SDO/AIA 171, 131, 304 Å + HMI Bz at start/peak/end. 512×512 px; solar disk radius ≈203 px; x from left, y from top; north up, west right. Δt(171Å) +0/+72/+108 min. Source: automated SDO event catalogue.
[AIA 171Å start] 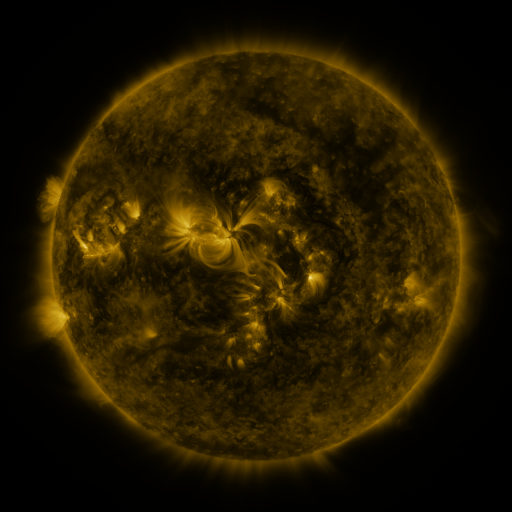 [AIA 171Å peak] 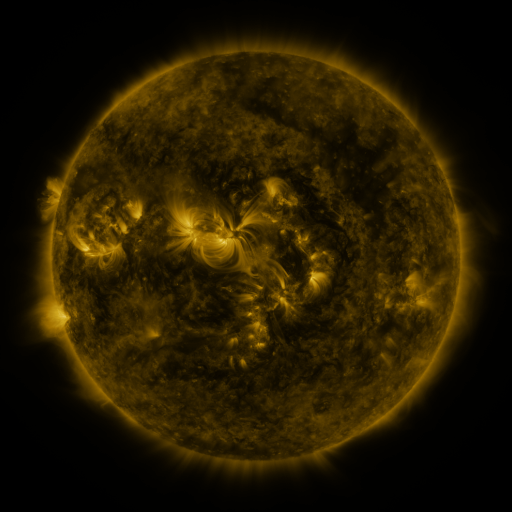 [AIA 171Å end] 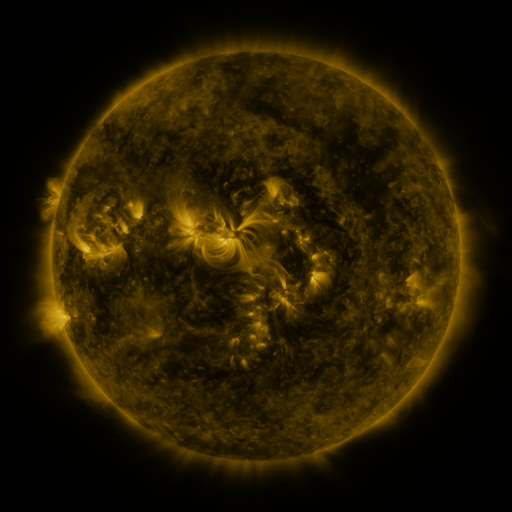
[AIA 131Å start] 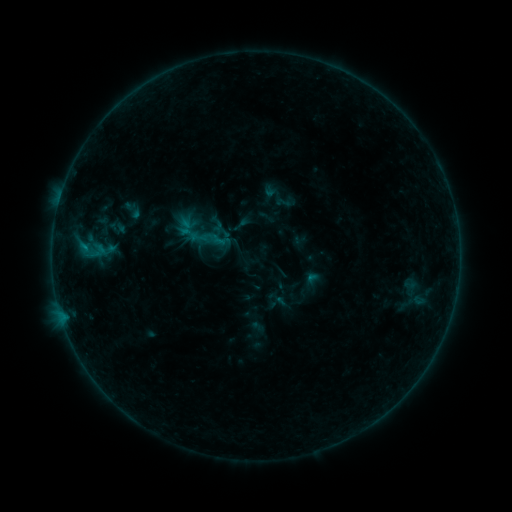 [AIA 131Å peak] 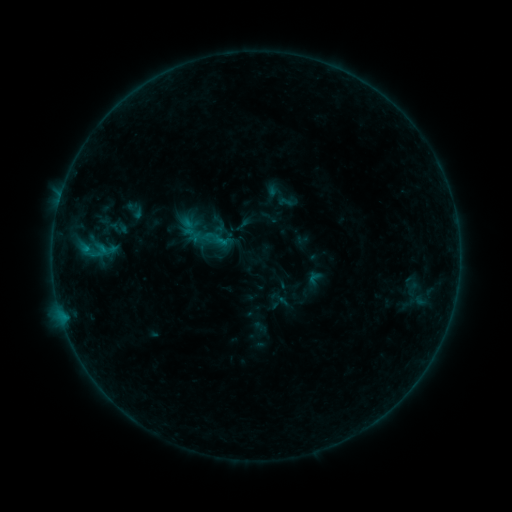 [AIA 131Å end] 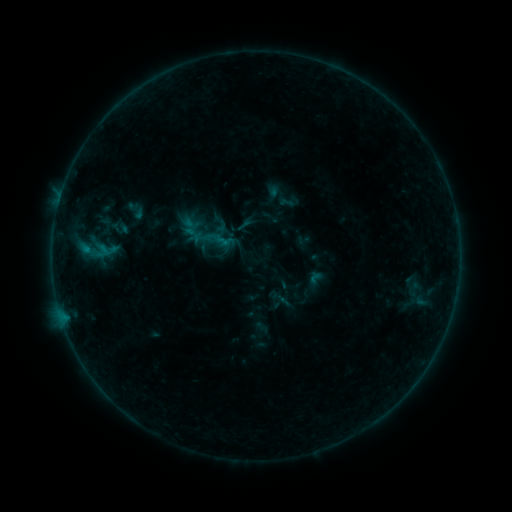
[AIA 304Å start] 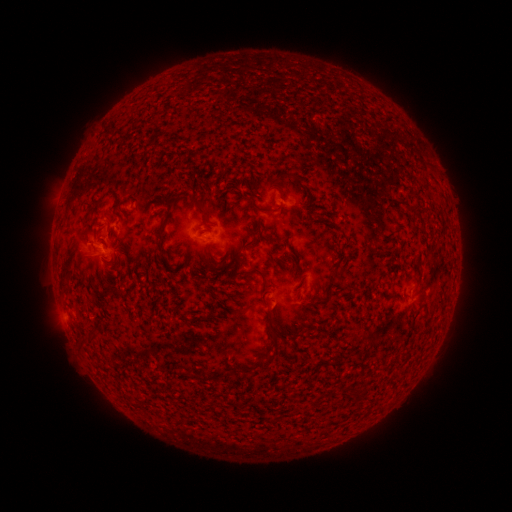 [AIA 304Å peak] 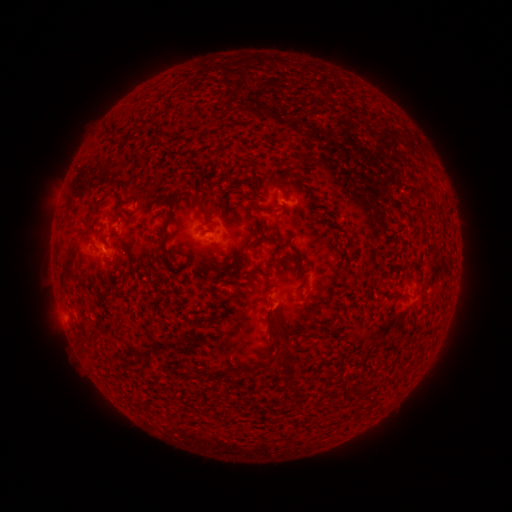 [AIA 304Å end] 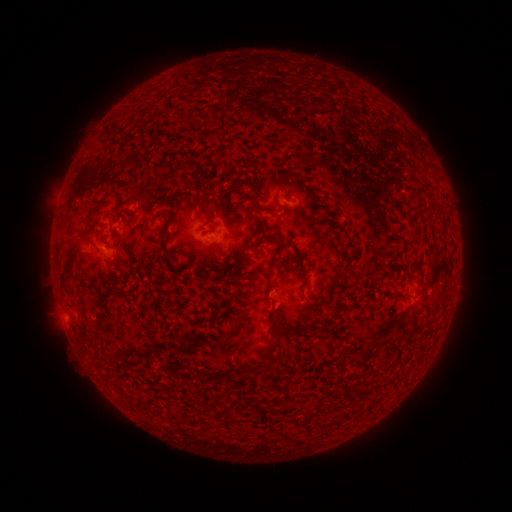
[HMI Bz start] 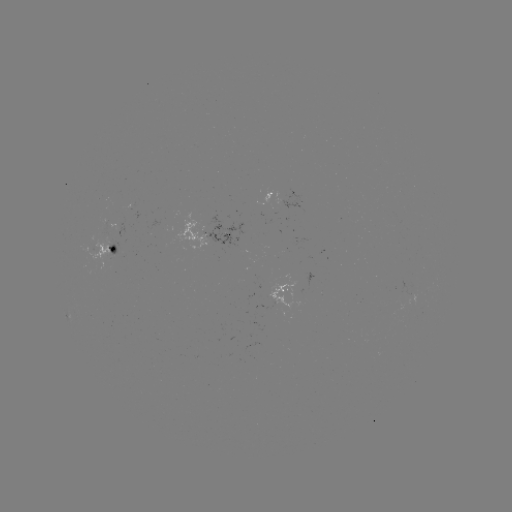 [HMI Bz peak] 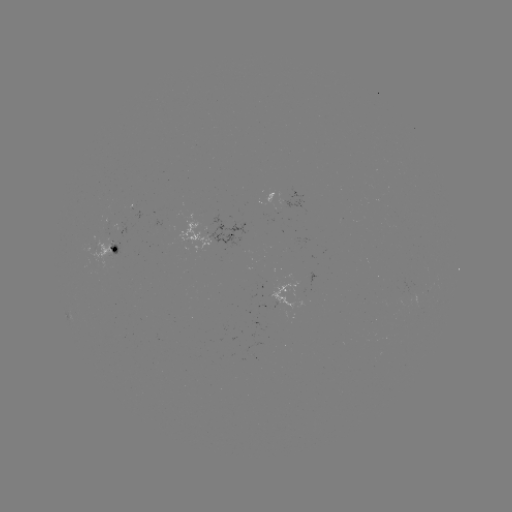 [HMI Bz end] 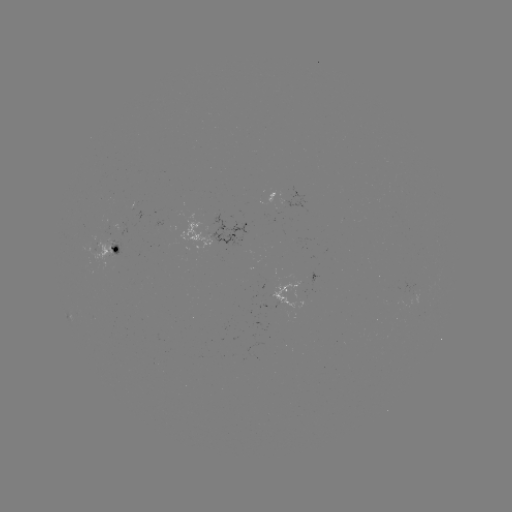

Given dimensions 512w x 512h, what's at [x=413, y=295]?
emerging-flux region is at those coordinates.